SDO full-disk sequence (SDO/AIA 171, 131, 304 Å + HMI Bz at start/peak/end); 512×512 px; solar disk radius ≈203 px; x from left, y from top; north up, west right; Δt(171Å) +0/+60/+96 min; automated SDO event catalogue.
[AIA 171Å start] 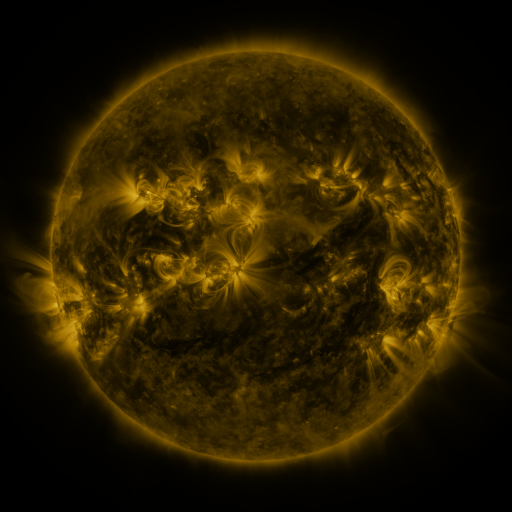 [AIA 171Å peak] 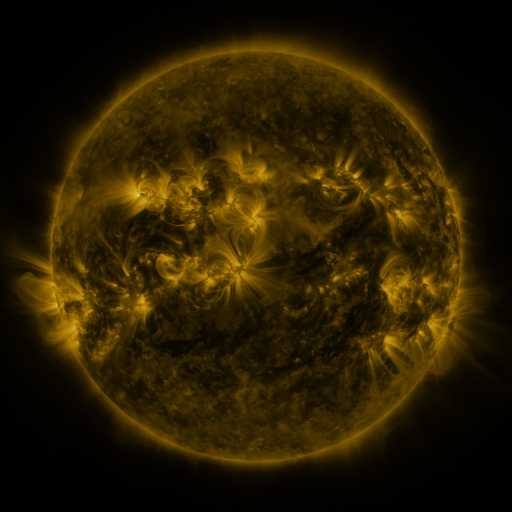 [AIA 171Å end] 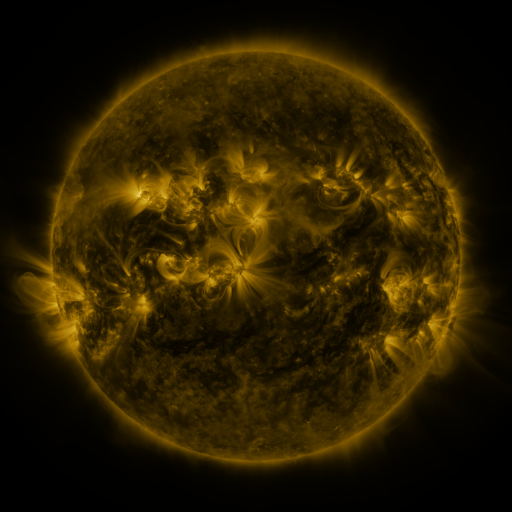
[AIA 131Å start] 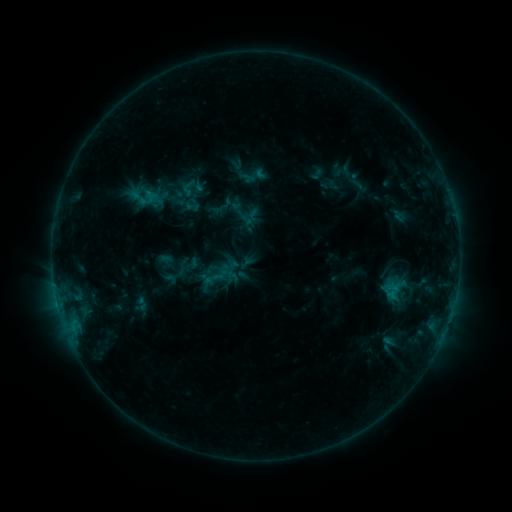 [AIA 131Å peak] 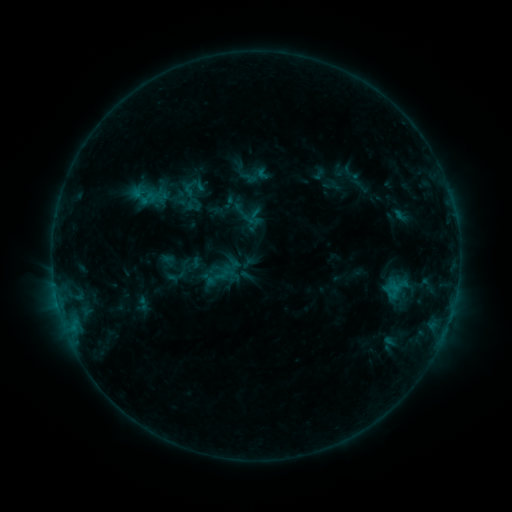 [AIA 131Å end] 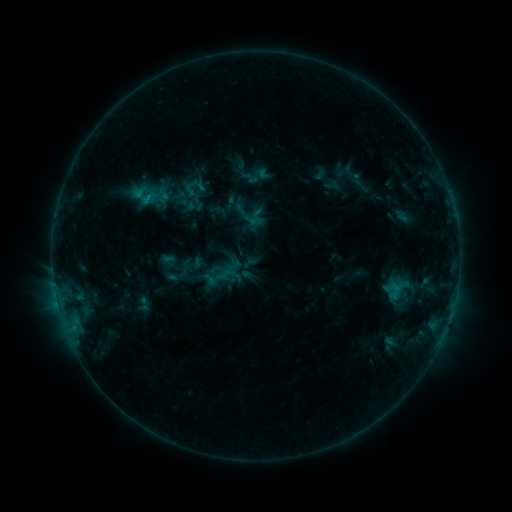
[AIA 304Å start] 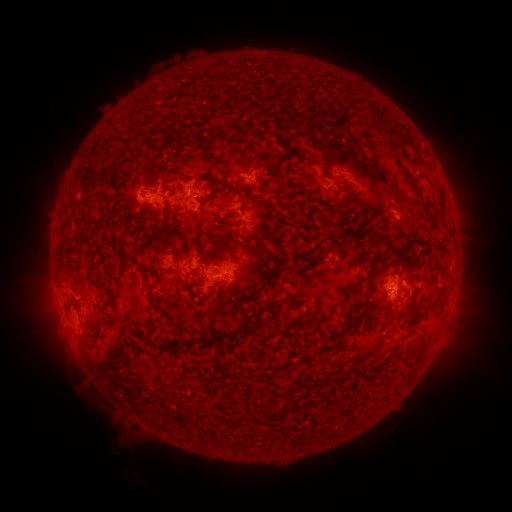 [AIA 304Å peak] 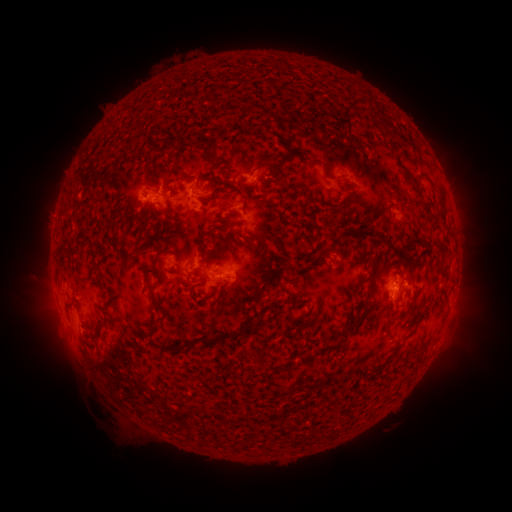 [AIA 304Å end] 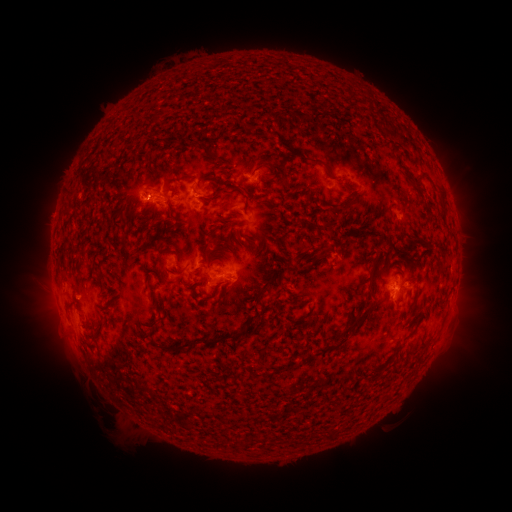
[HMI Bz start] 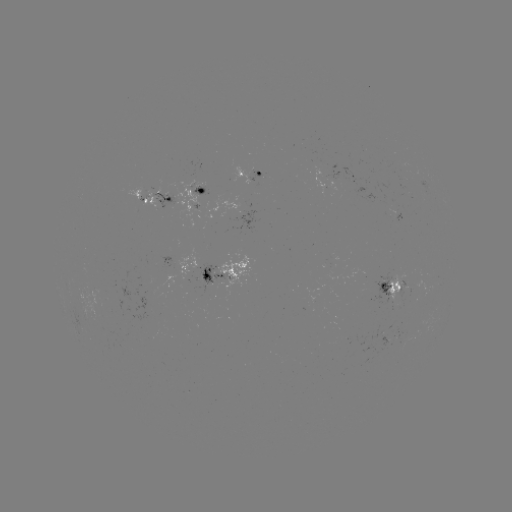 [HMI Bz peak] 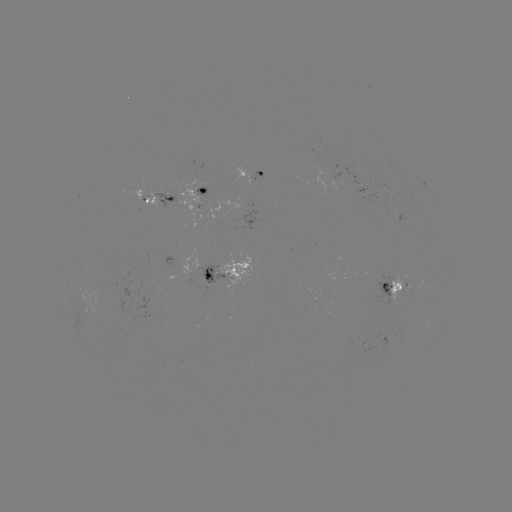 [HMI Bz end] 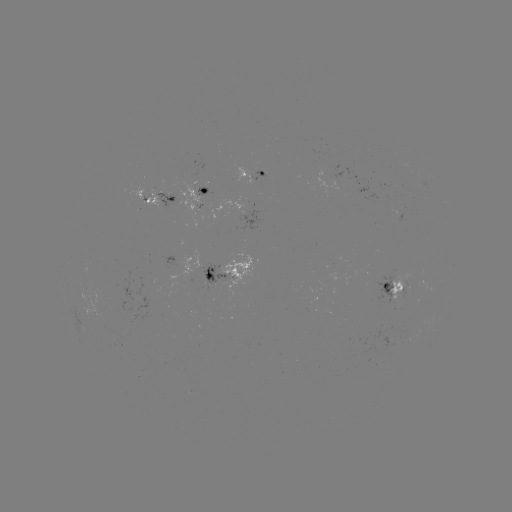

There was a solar emerging-flux region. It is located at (404, 282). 